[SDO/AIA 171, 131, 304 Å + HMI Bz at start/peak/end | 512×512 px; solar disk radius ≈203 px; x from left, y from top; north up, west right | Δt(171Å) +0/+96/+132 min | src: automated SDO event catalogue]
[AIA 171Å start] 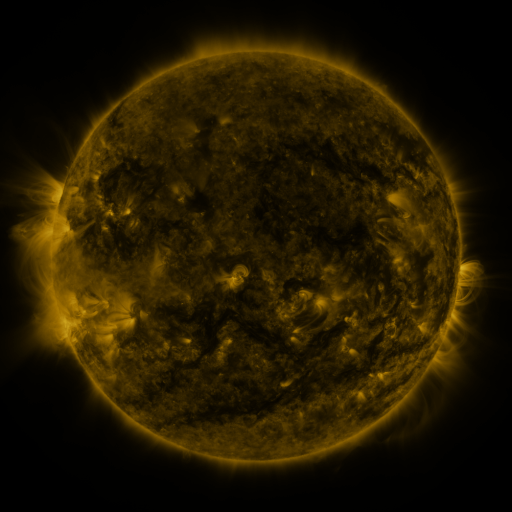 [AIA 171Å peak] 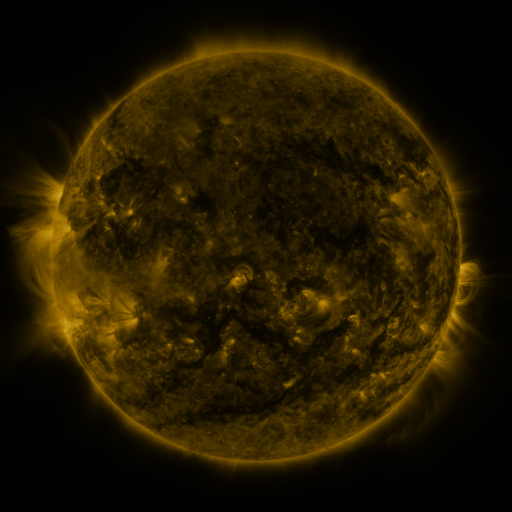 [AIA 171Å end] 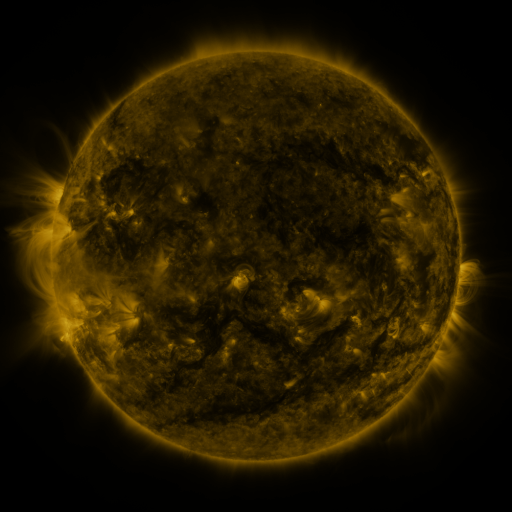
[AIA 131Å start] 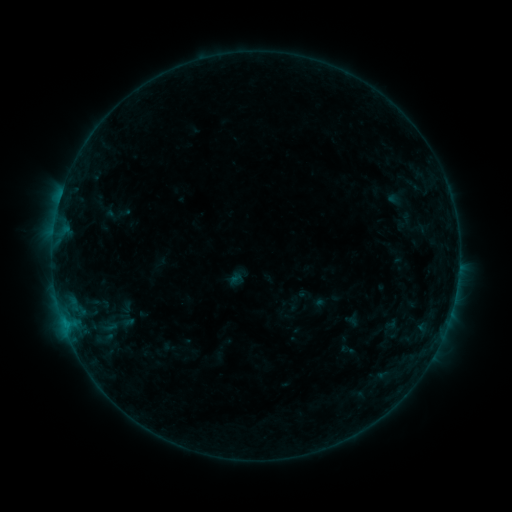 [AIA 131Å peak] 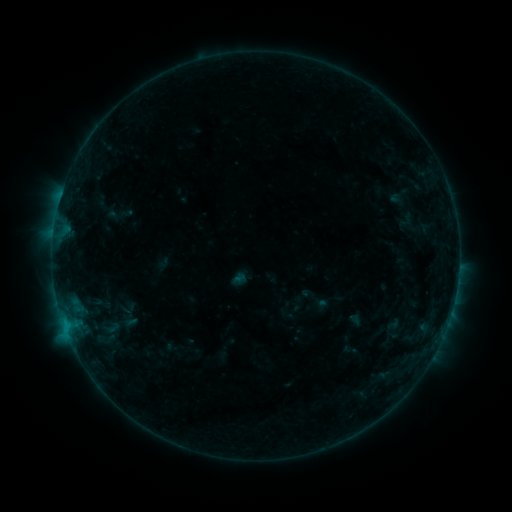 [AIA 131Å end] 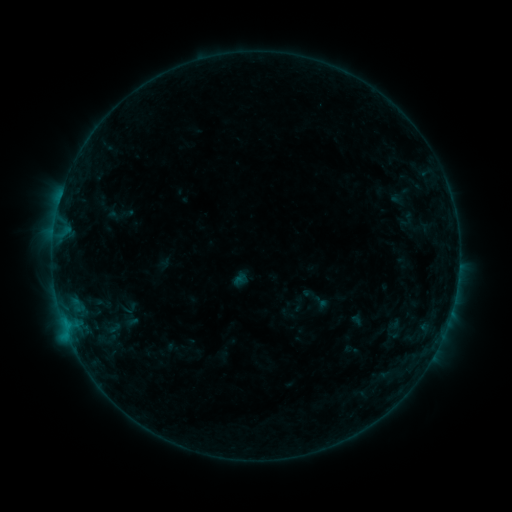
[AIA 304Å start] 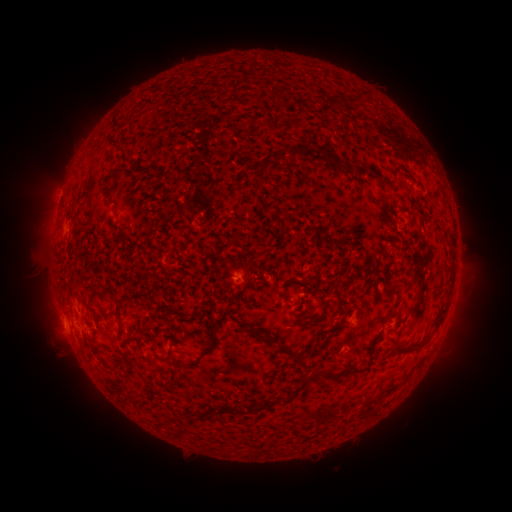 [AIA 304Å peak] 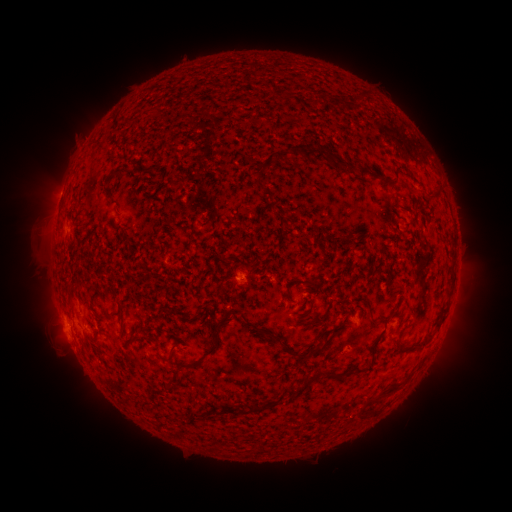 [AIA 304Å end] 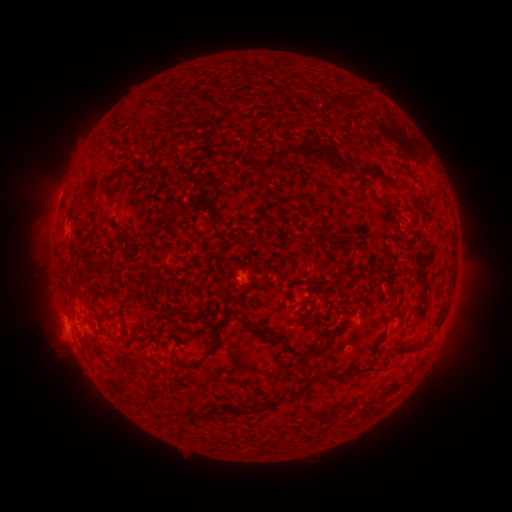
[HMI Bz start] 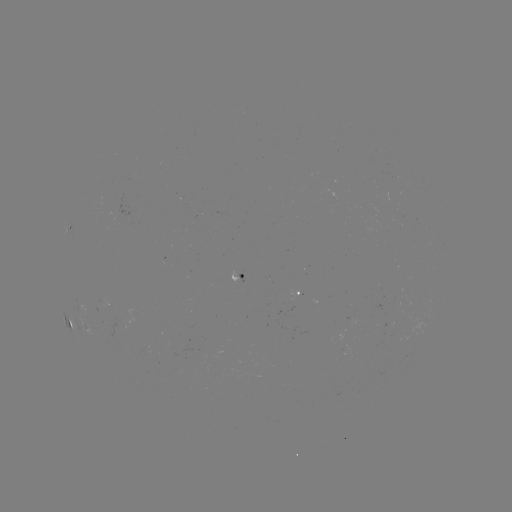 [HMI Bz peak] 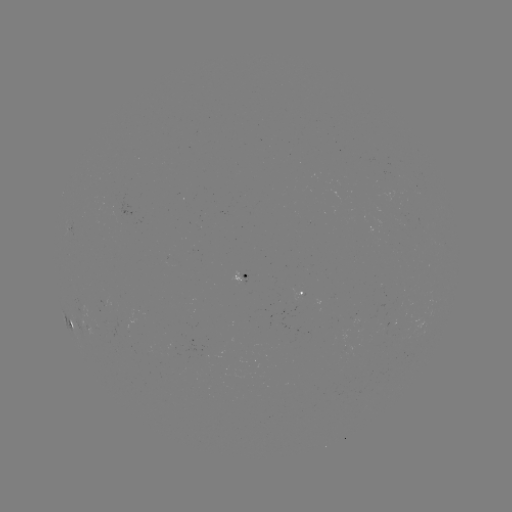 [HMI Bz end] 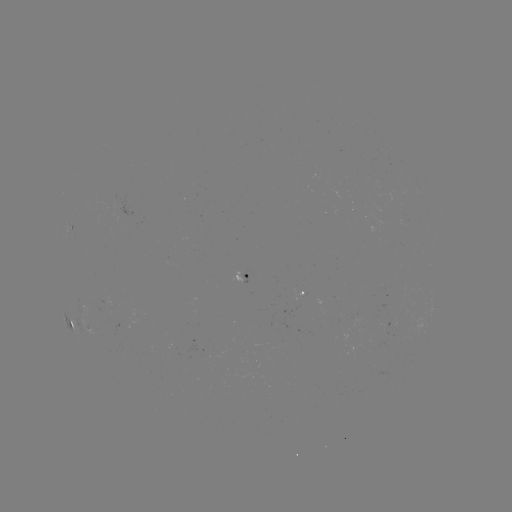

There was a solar emerging-flux region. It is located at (120, 210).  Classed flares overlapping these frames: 1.